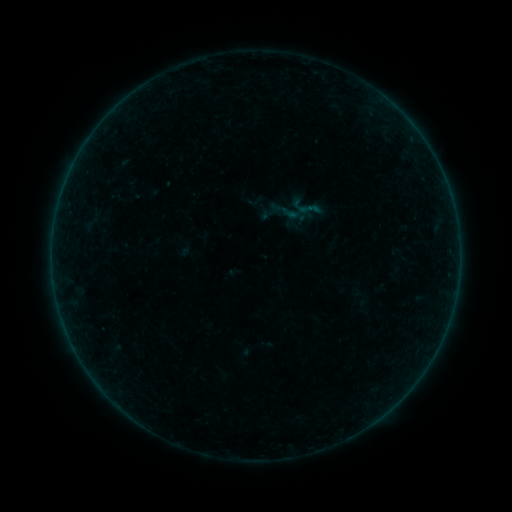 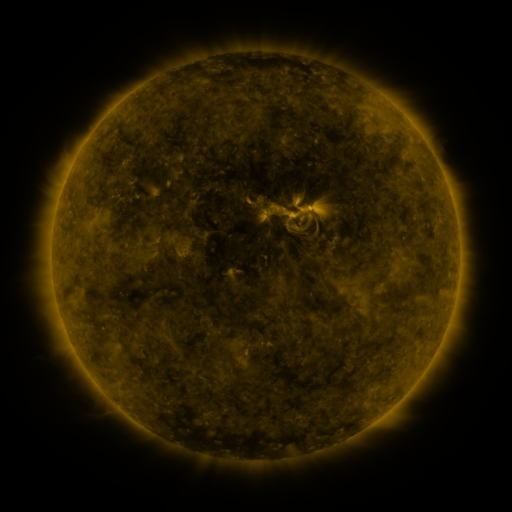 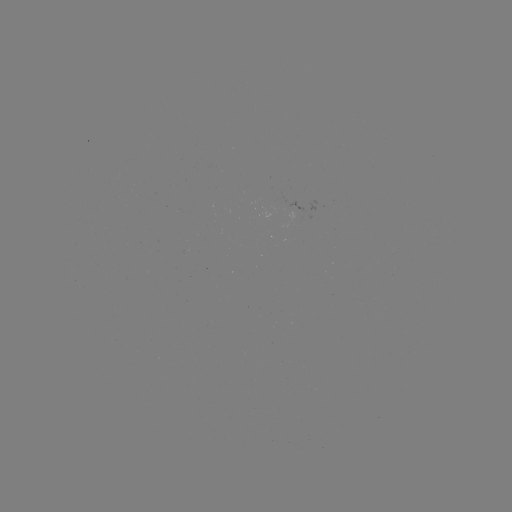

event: sigmoid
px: (306, 207)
